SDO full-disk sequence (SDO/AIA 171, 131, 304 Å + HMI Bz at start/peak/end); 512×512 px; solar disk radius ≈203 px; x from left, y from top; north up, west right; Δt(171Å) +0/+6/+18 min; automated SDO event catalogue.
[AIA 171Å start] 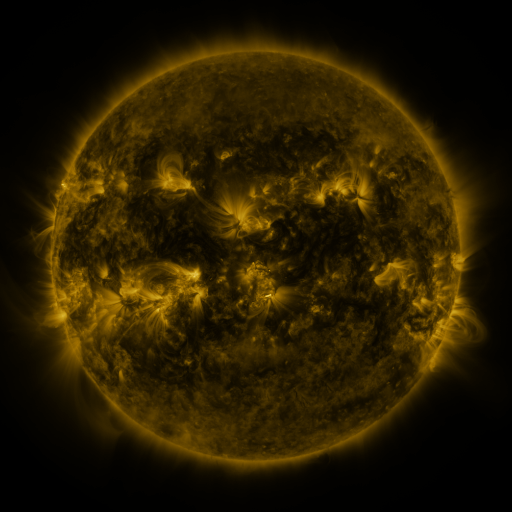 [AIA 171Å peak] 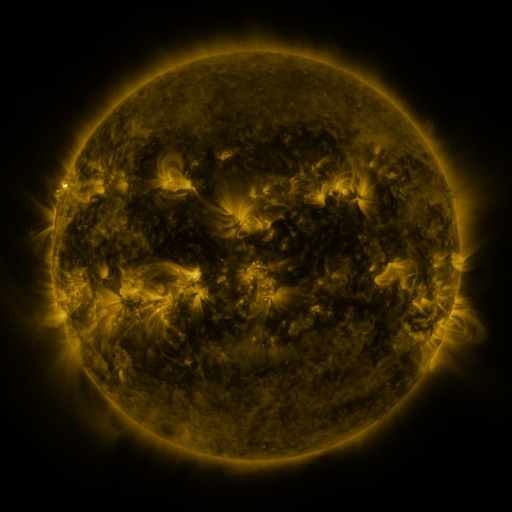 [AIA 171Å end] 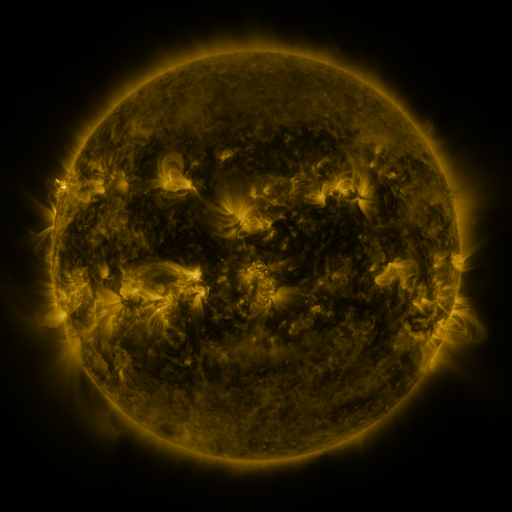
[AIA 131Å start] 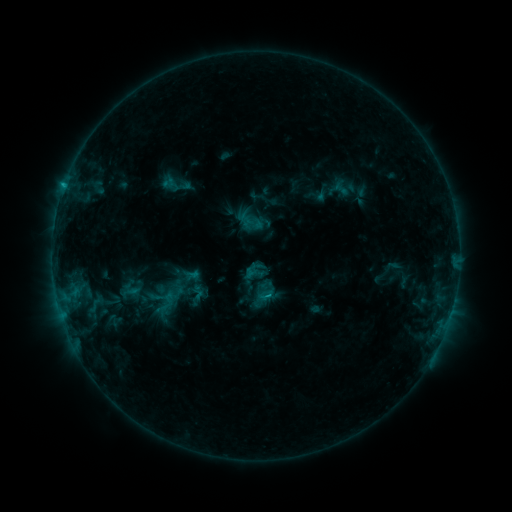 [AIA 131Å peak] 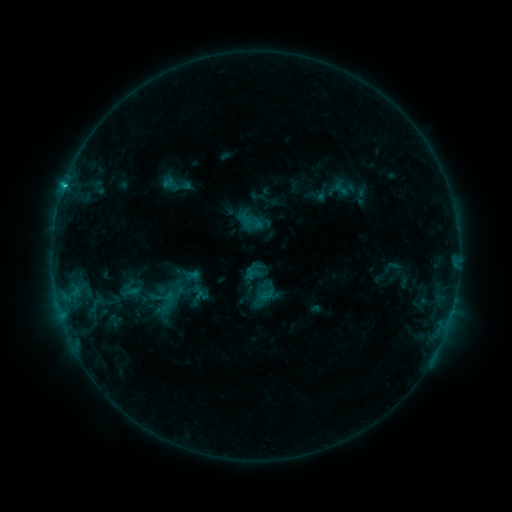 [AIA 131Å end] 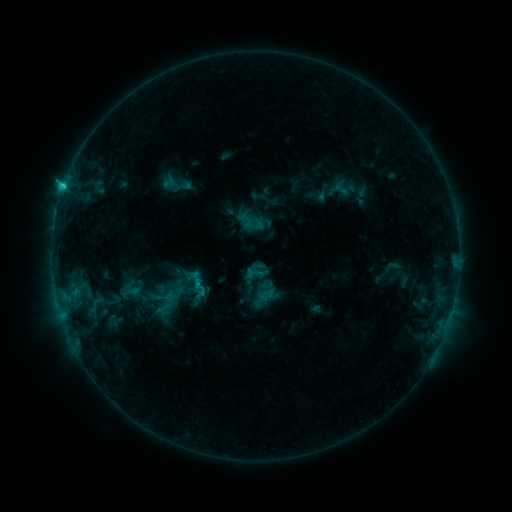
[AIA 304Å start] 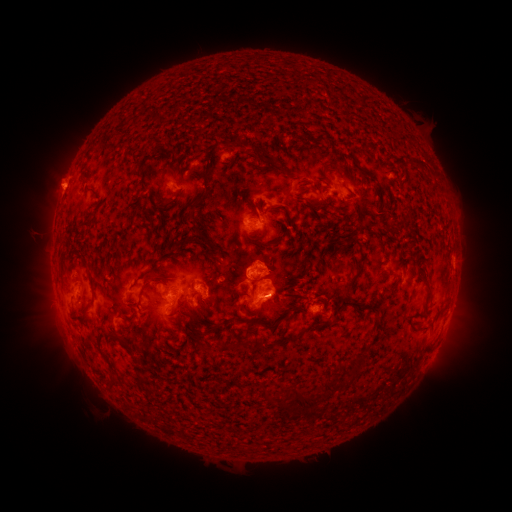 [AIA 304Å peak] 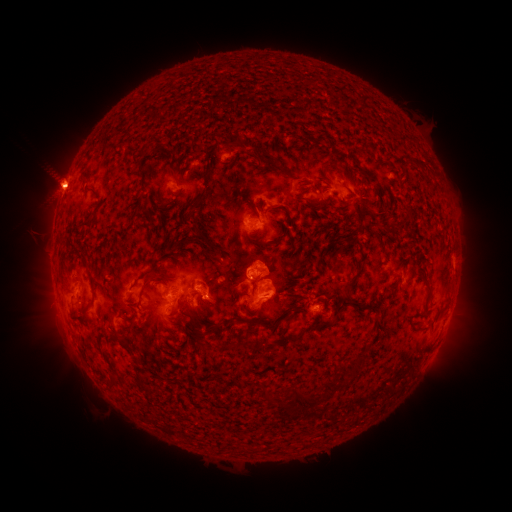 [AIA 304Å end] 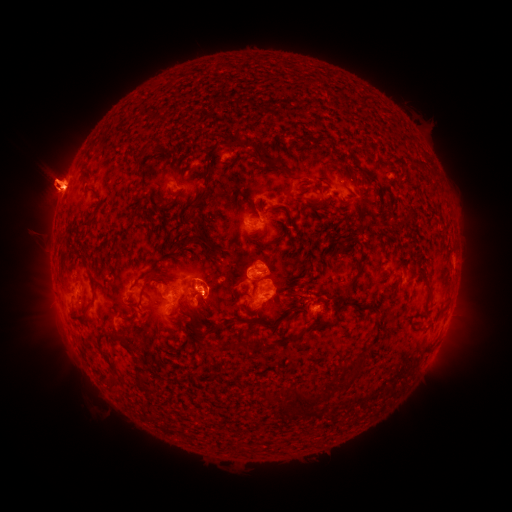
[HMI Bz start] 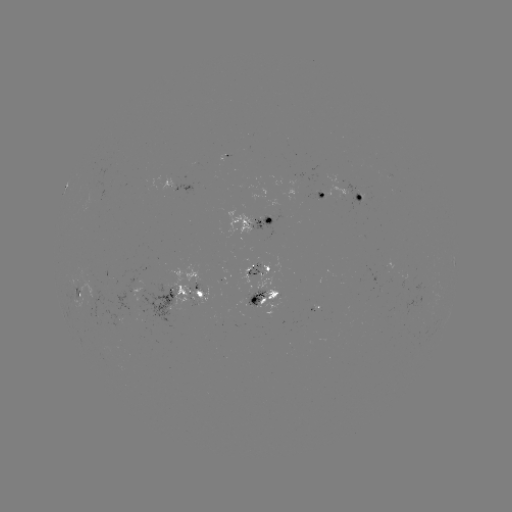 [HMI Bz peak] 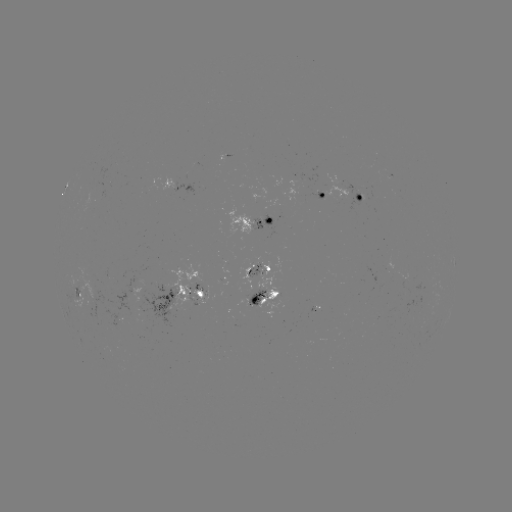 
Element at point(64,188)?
C4.1 flare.